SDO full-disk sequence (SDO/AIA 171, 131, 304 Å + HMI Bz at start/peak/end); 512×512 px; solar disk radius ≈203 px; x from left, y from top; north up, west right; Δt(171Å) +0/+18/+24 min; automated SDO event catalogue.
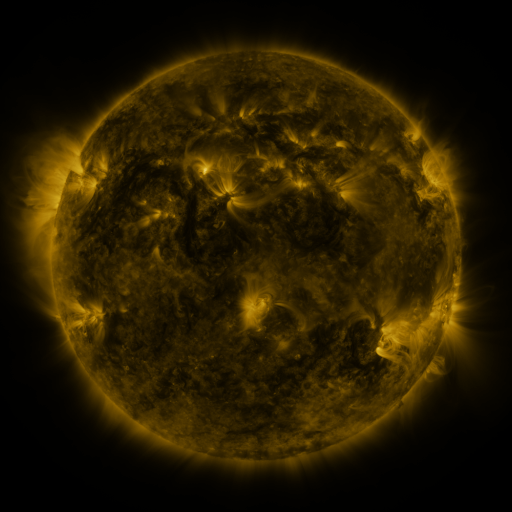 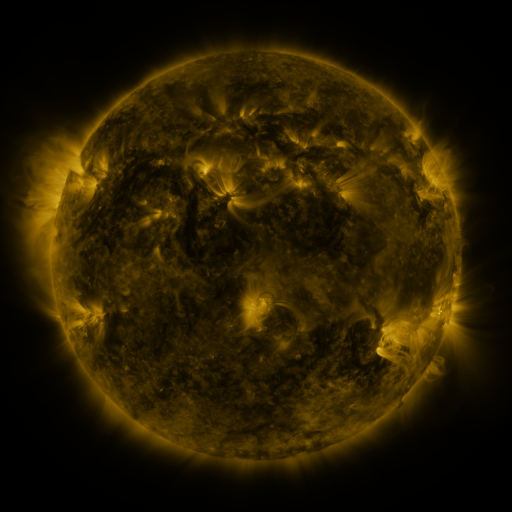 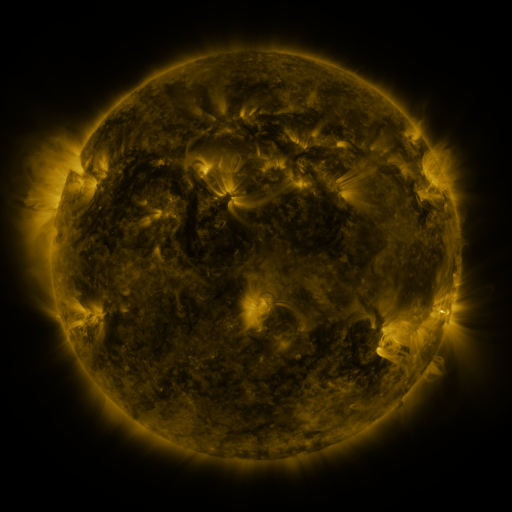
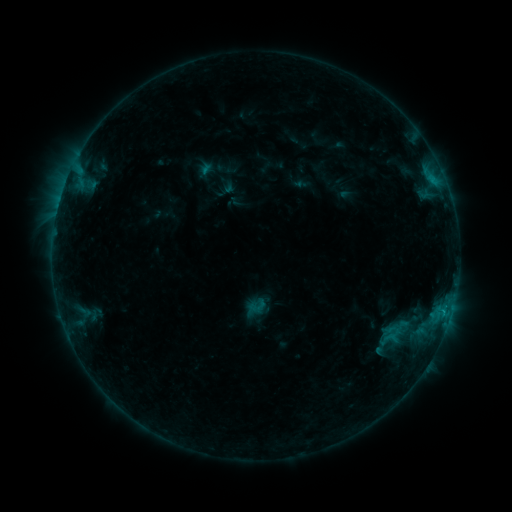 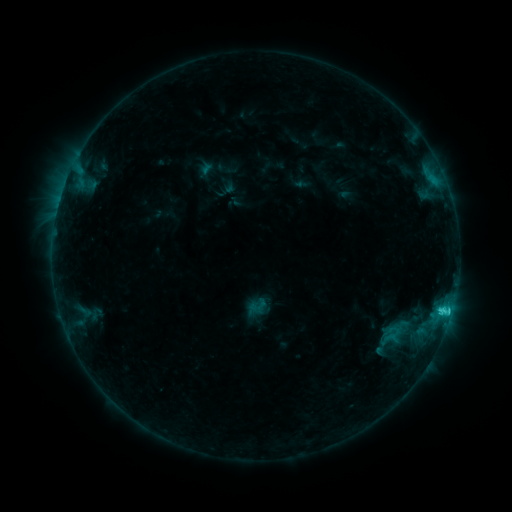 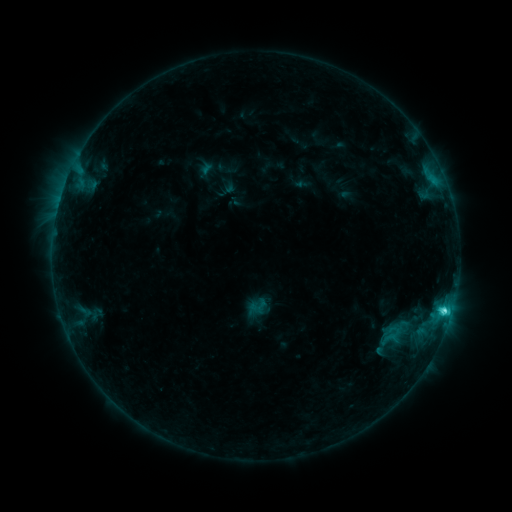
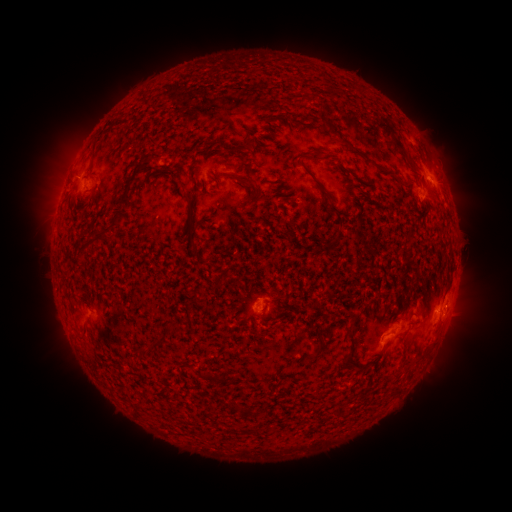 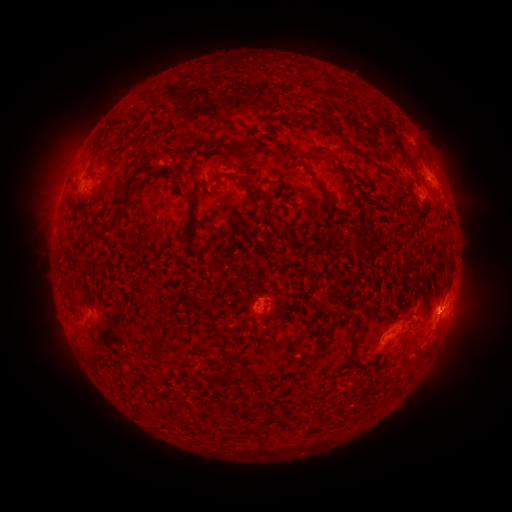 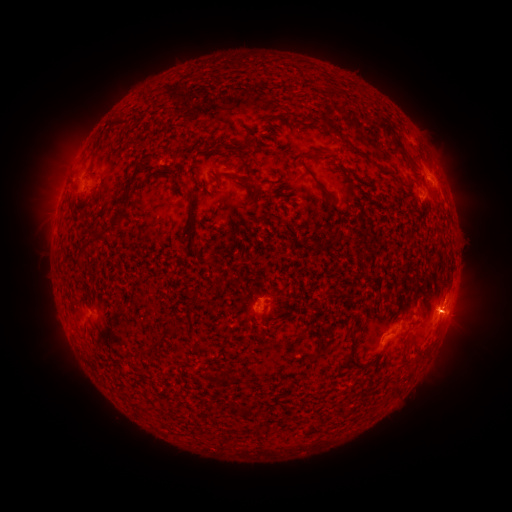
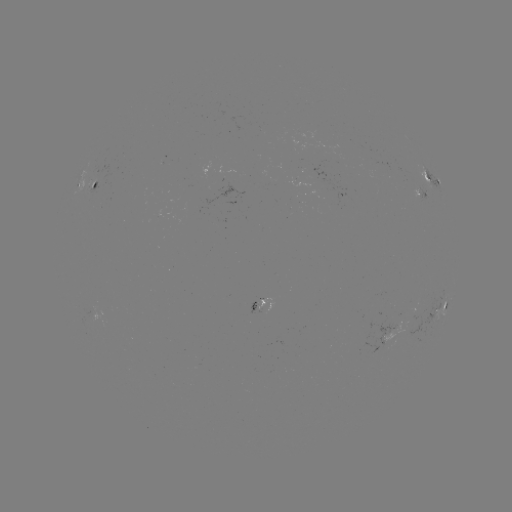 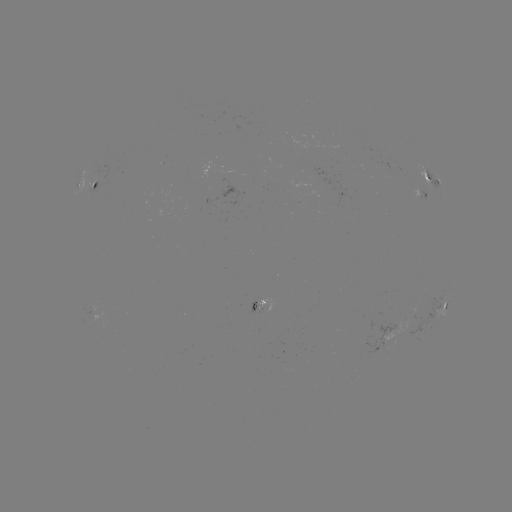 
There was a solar flare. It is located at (447, 309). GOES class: C3.2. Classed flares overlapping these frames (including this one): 1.